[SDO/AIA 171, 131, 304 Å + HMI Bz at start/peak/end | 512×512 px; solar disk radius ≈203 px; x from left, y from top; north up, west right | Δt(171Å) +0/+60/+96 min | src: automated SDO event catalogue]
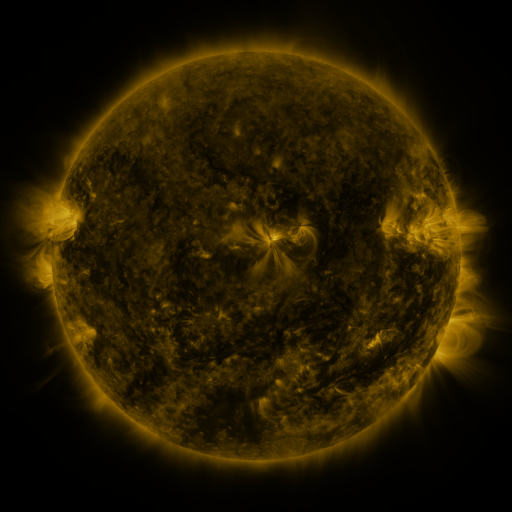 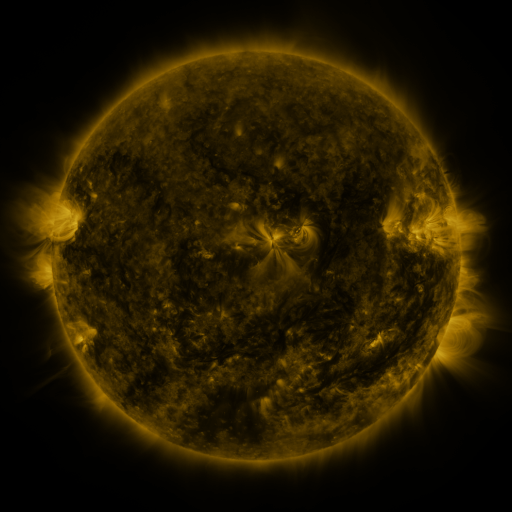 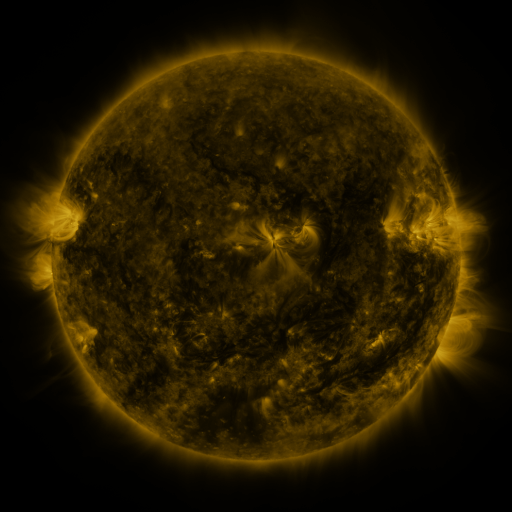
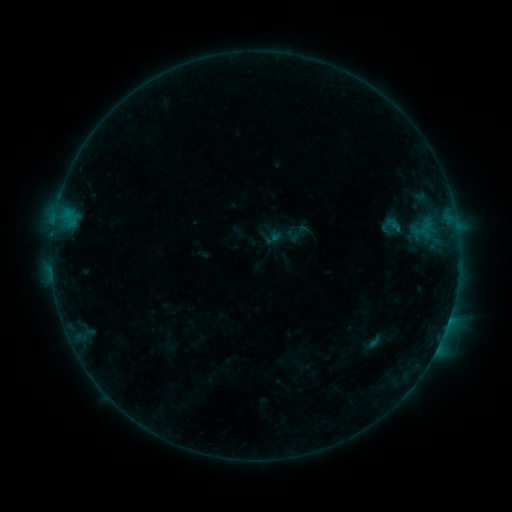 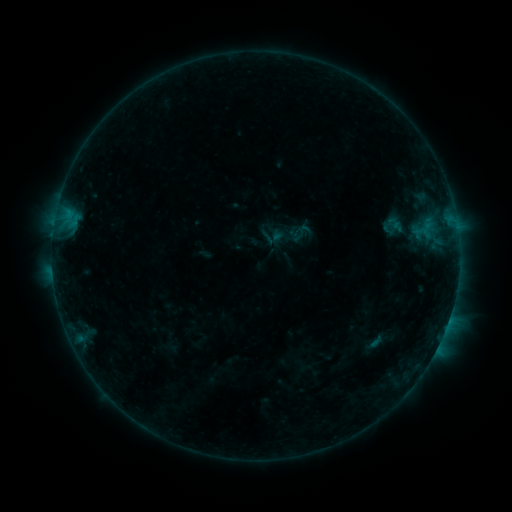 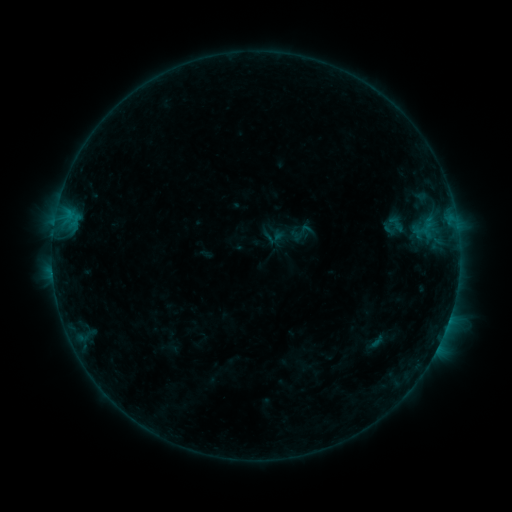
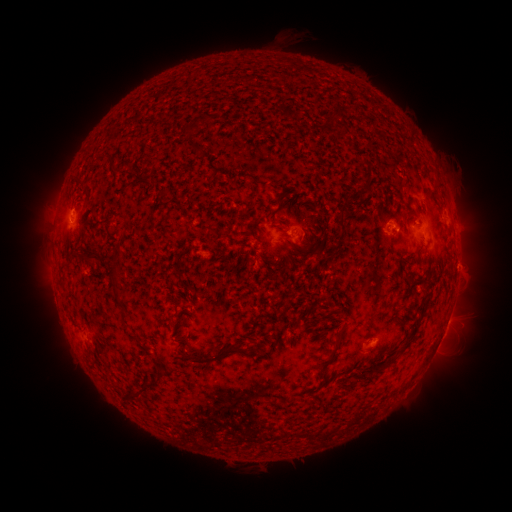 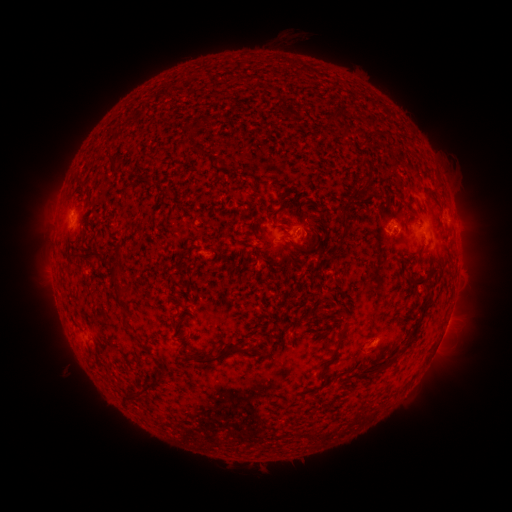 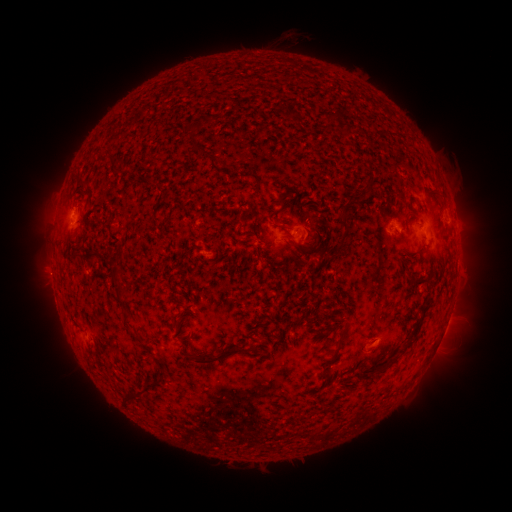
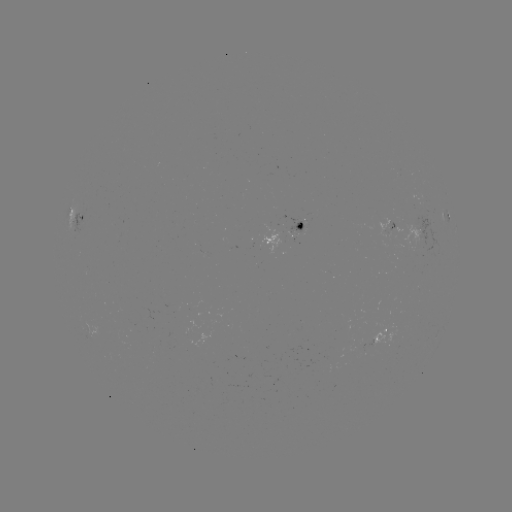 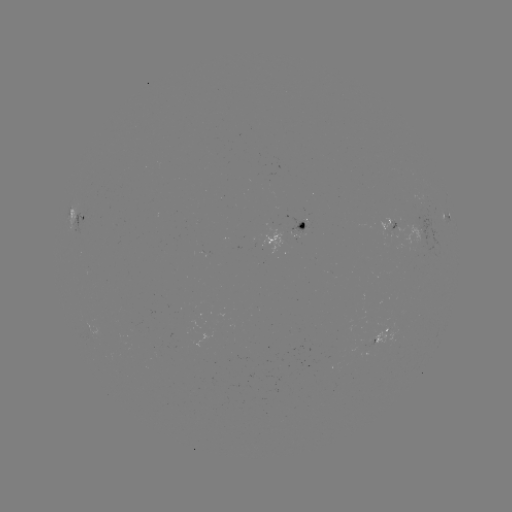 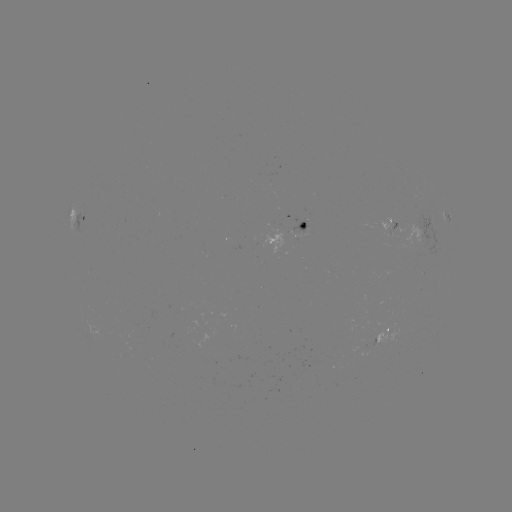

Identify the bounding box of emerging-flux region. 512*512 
[362, 338, 374, 348].